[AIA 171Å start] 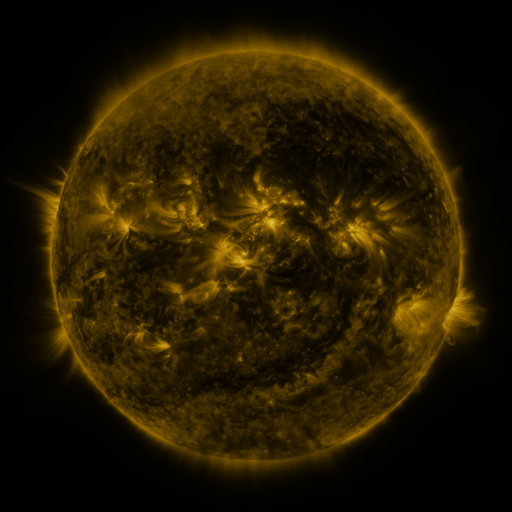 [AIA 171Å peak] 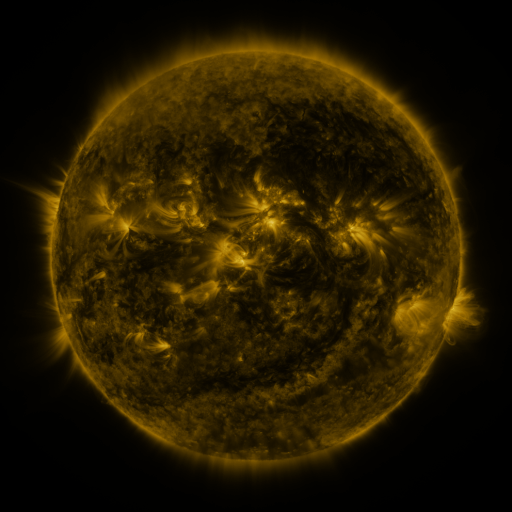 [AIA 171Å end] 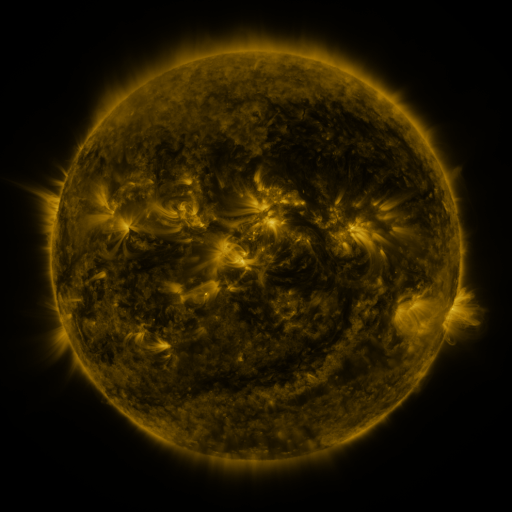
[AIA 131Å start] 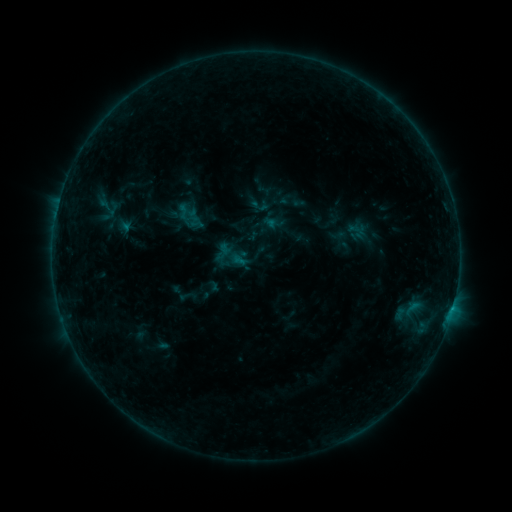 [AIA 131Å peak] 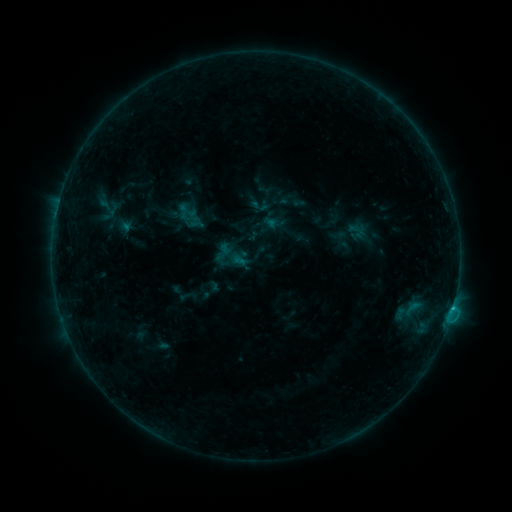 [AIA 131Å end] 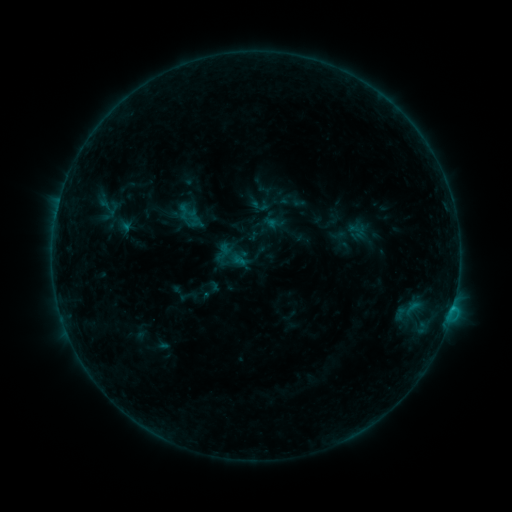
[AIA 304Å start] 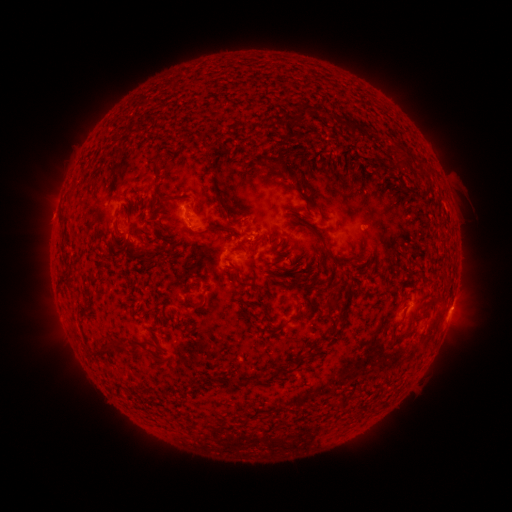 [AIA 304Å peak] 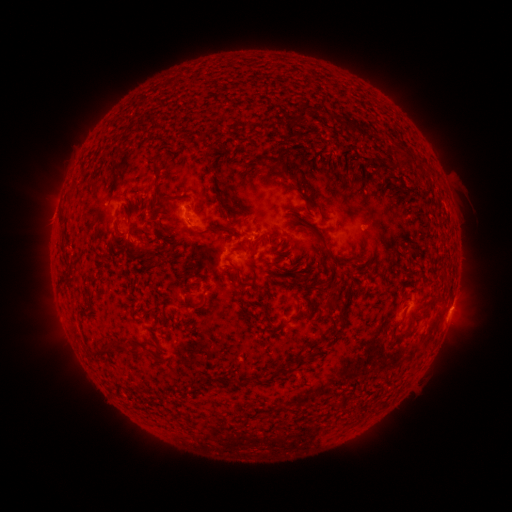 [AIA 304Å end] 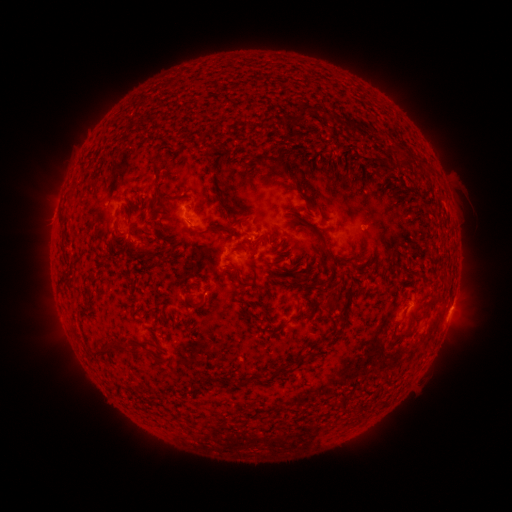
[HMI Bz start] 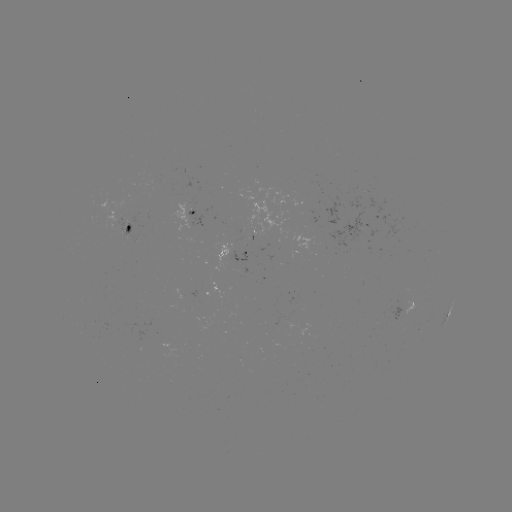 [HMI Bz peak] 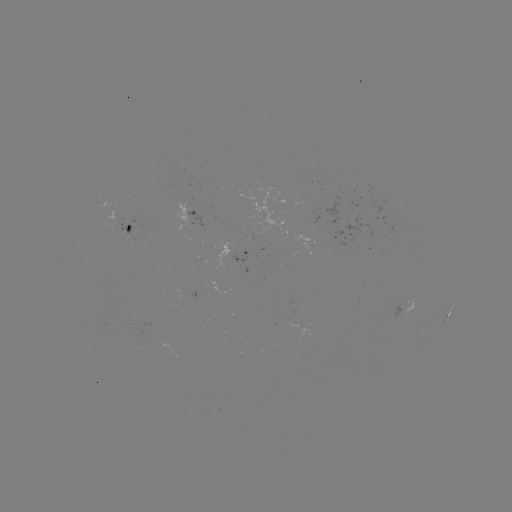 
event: flare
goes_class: B6.1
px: (450, 308)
